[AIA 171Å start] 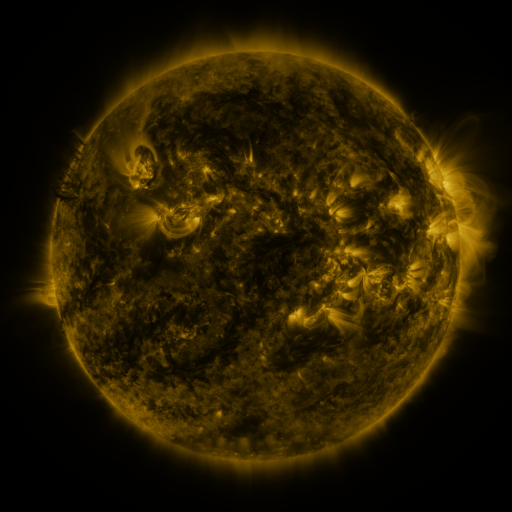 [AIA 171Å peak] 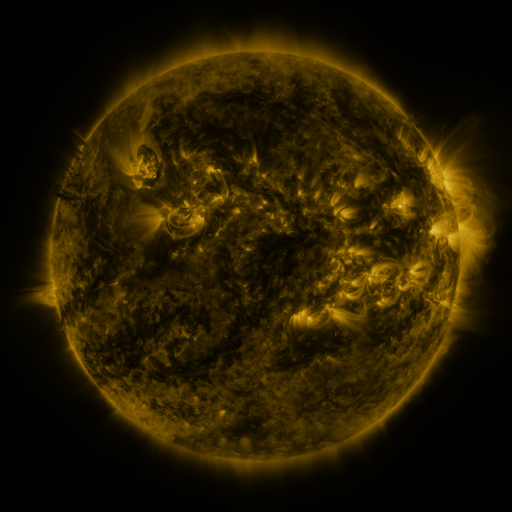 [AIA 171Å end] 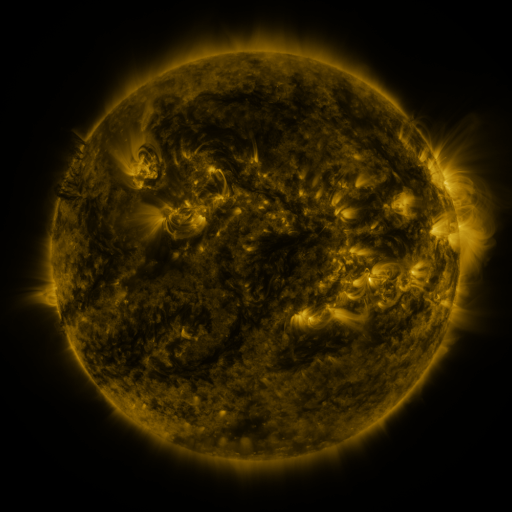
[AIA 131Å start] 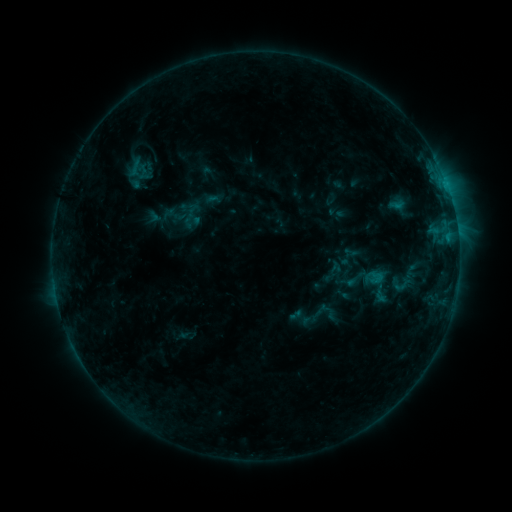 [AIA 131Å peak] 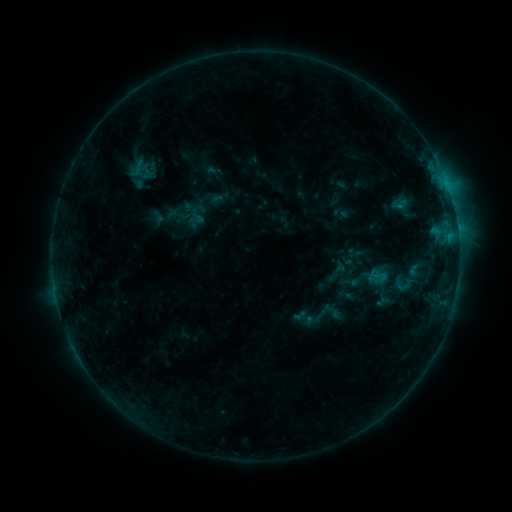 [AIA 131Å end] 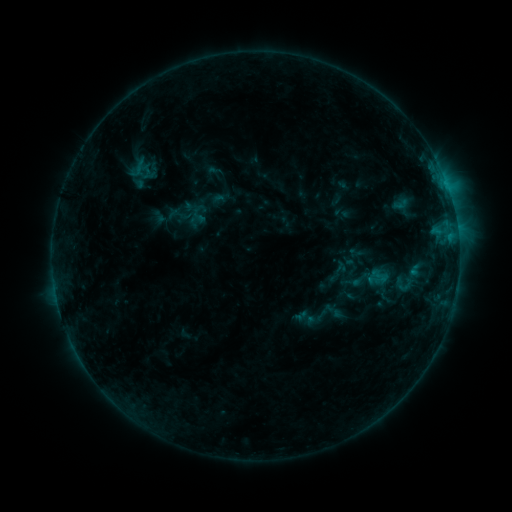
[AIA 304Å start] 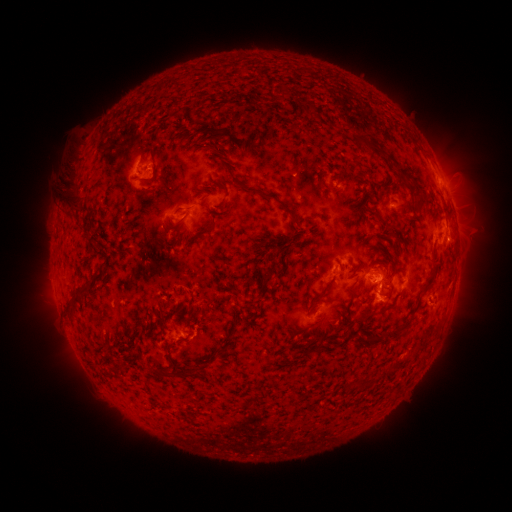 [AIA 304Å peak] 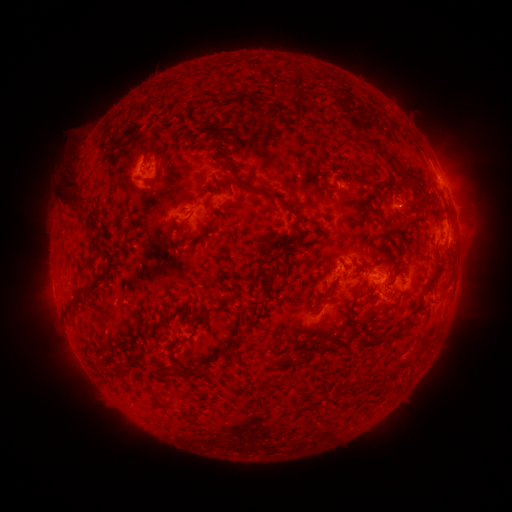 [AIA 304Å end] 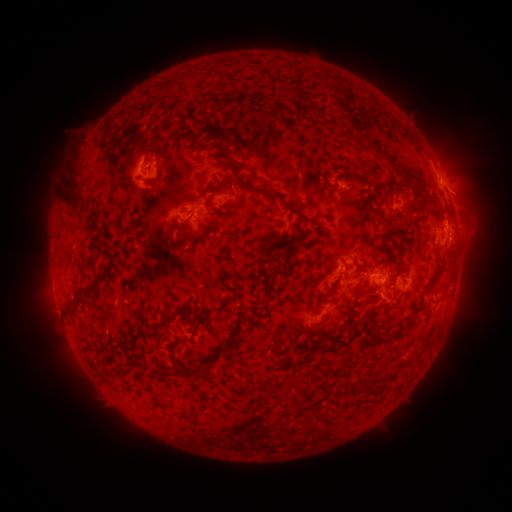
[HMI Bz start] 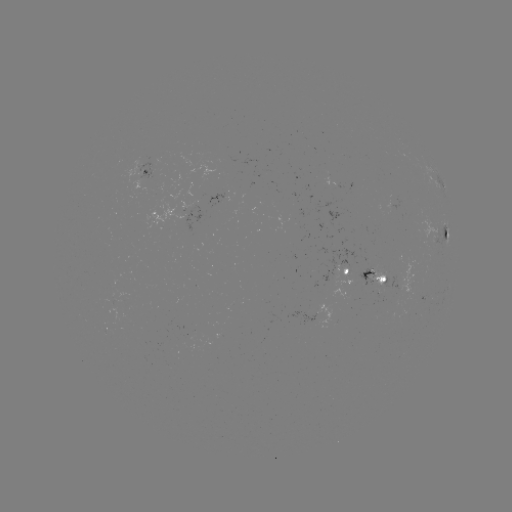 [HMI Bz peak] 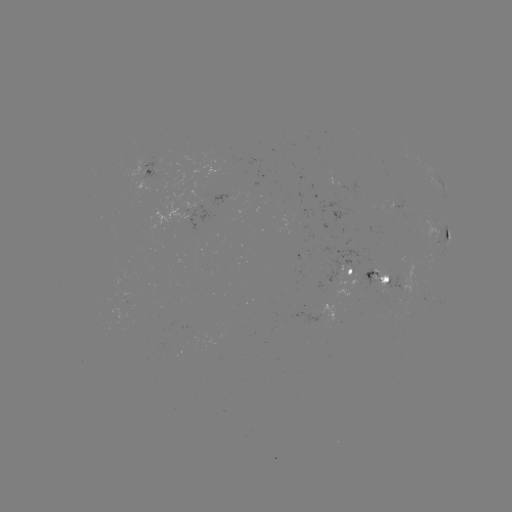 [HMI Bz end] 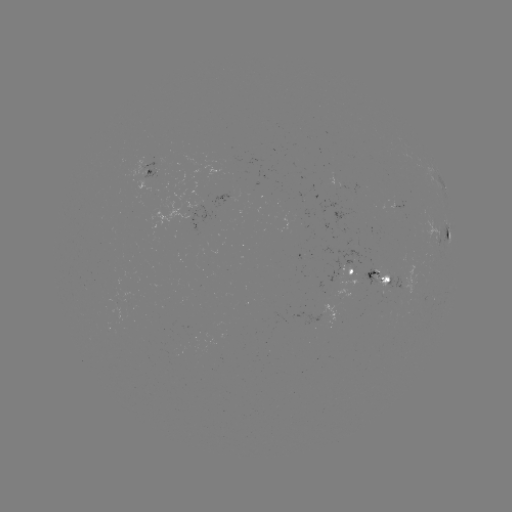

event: emerging-flux region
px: (375, 271)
